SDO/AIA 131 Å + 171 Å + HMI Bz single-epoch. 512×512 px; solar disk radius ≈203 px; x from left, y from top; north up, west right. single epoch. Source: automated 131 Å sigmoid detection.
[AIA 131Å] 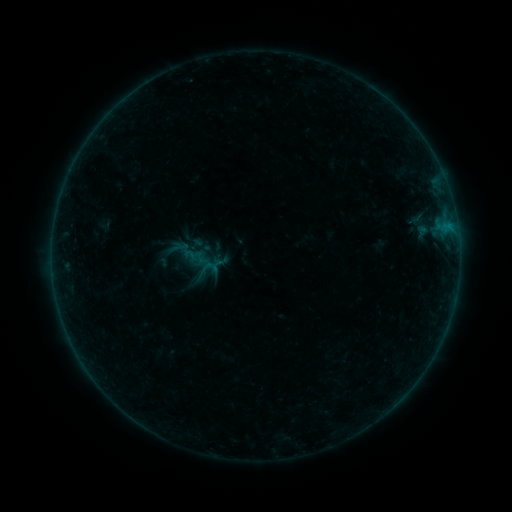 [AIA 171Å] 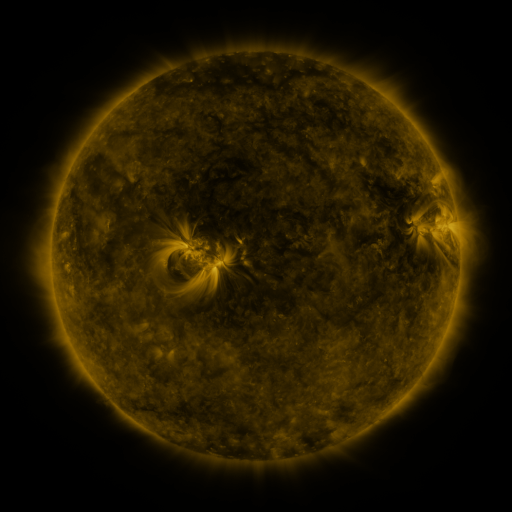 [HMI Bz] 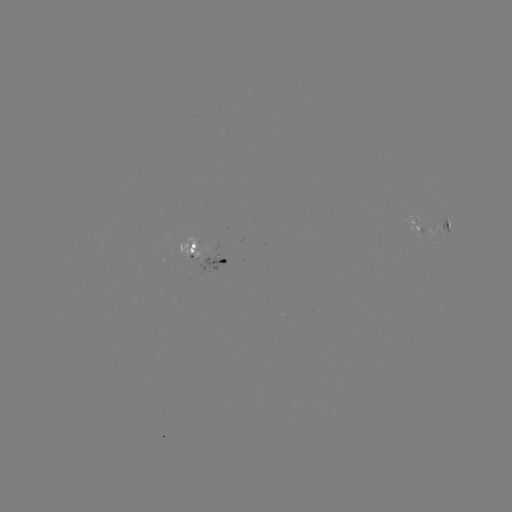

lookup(sigmoid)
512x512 194,262